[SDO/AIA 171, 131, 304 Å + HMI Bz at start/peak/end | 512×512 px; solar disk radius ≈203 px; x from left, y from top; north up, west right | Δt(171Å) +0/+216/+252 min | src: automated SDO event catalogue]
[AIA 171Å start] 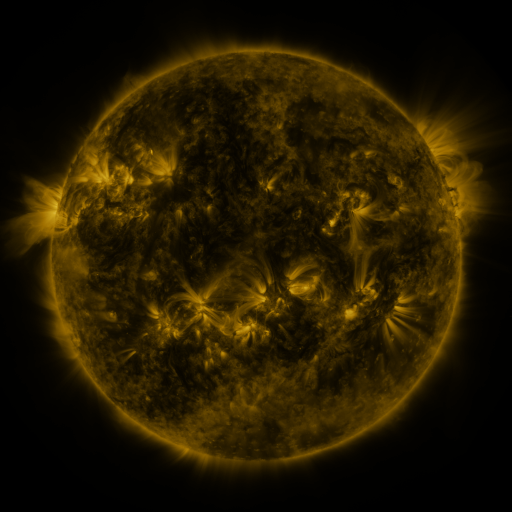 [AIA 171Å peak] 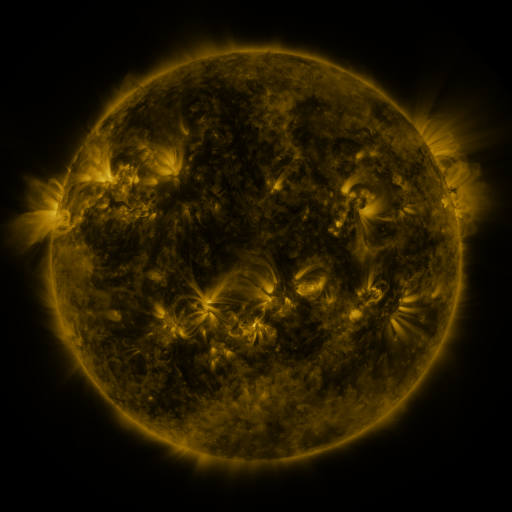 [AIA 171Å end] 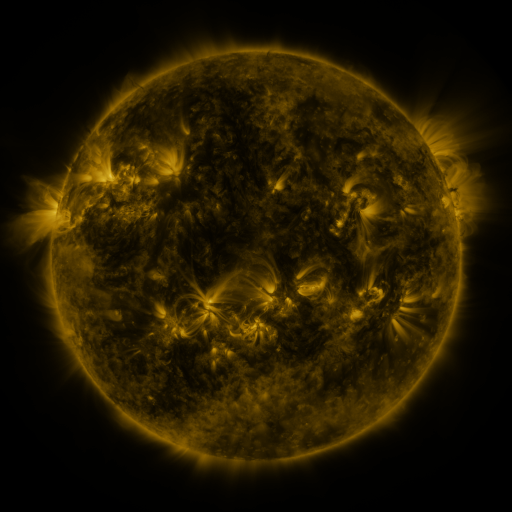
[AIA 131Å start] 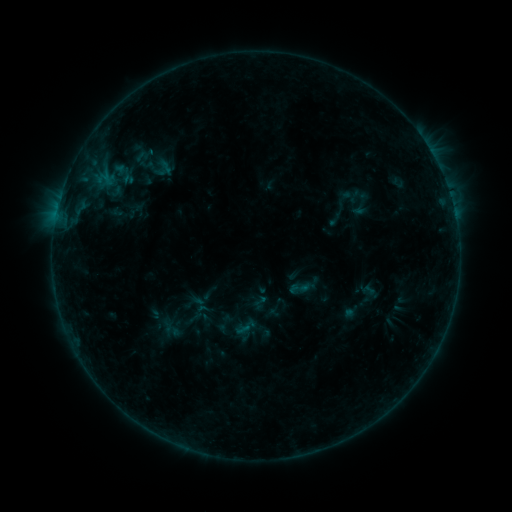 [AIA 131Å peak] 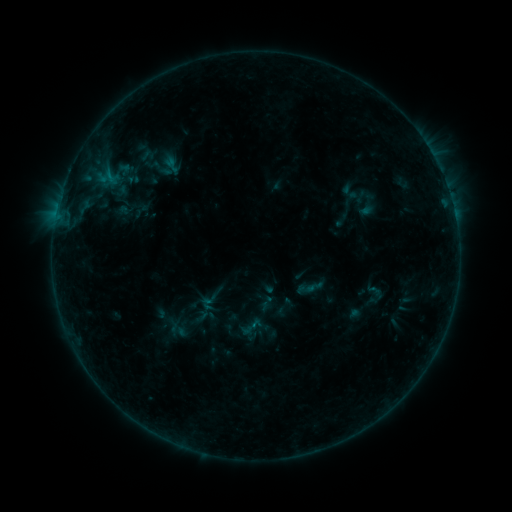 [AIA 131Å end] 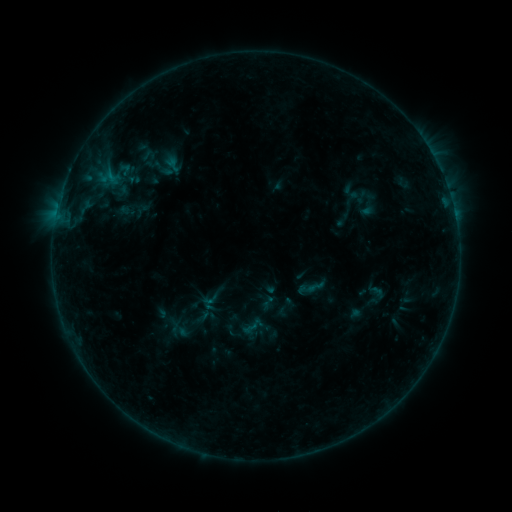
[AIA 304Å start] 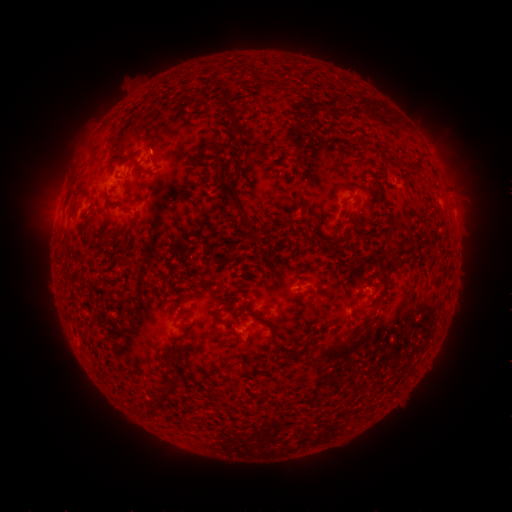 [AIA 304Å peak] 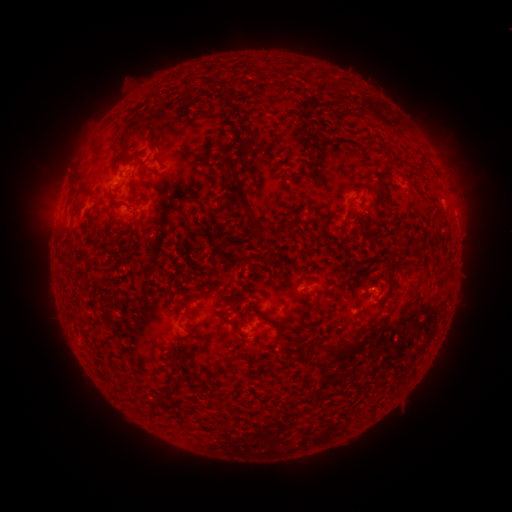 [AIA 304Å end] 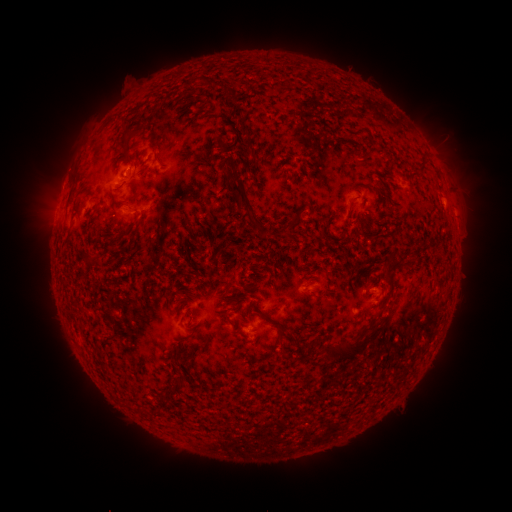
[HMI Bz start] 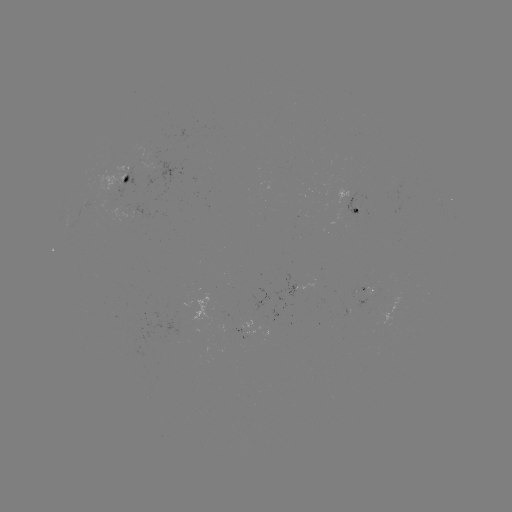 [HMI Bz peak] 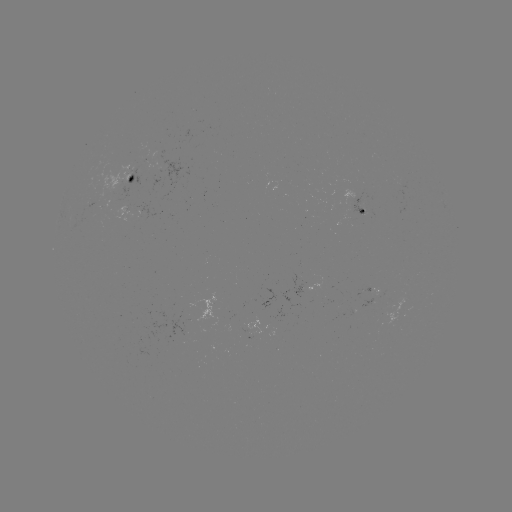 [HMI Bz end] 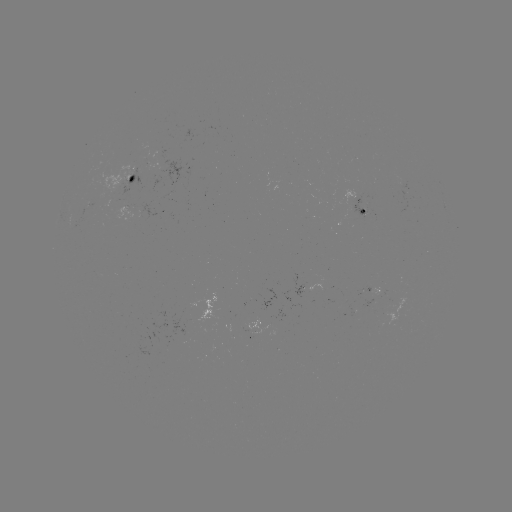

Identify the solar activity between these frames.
emerging-flux region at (173, 342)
